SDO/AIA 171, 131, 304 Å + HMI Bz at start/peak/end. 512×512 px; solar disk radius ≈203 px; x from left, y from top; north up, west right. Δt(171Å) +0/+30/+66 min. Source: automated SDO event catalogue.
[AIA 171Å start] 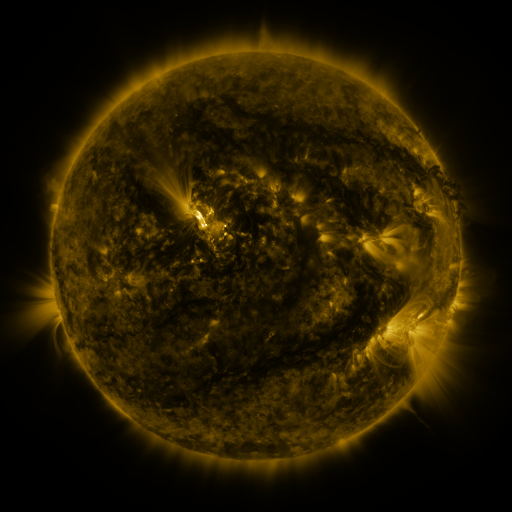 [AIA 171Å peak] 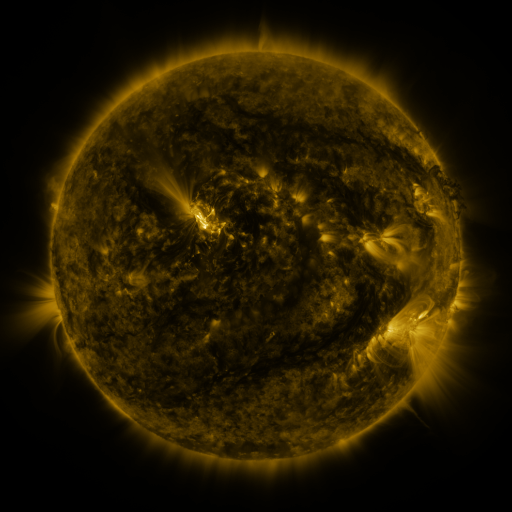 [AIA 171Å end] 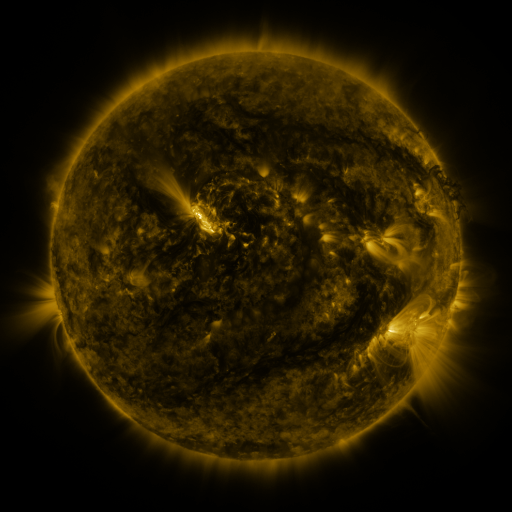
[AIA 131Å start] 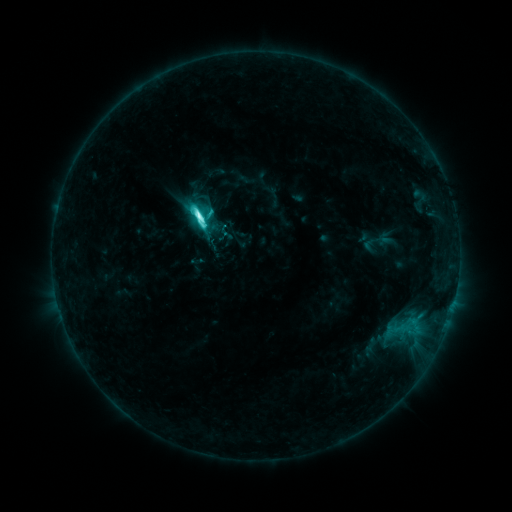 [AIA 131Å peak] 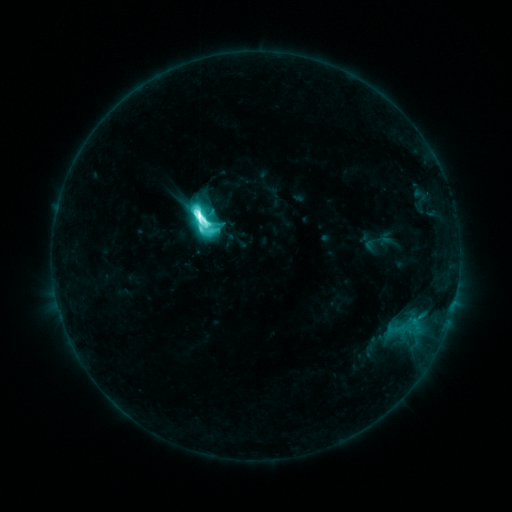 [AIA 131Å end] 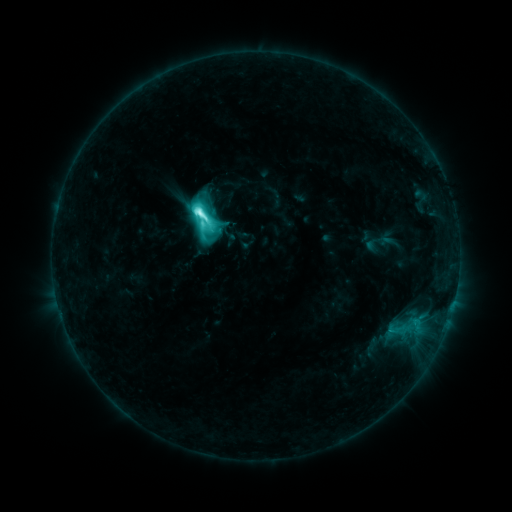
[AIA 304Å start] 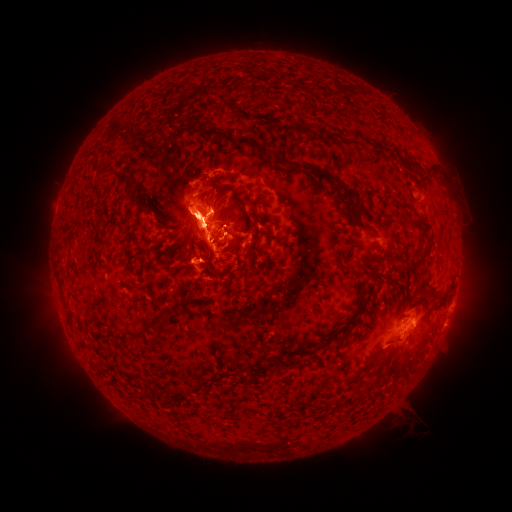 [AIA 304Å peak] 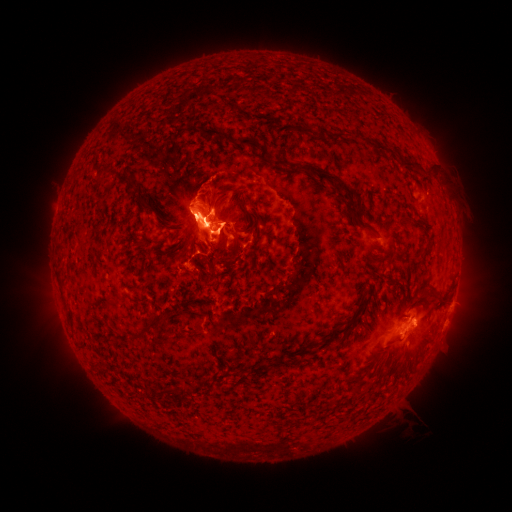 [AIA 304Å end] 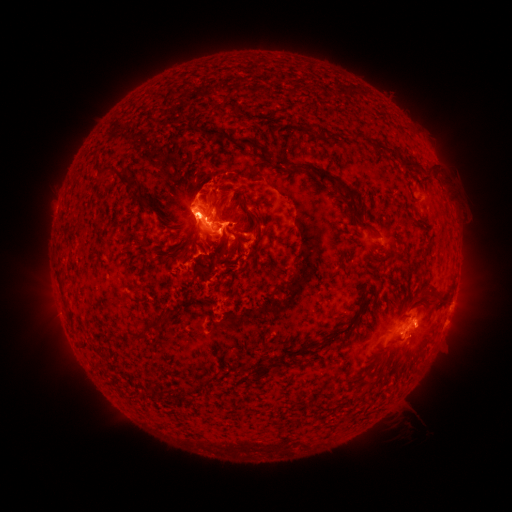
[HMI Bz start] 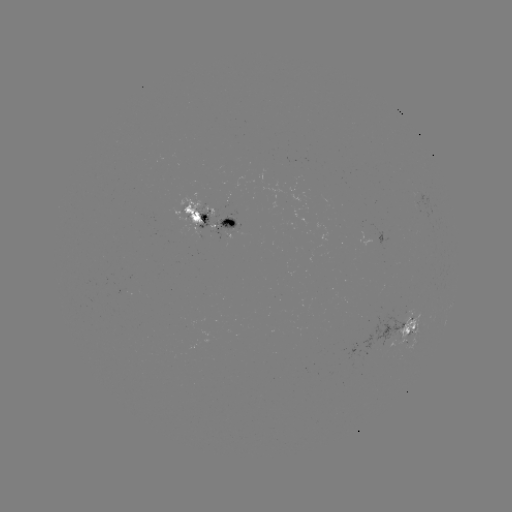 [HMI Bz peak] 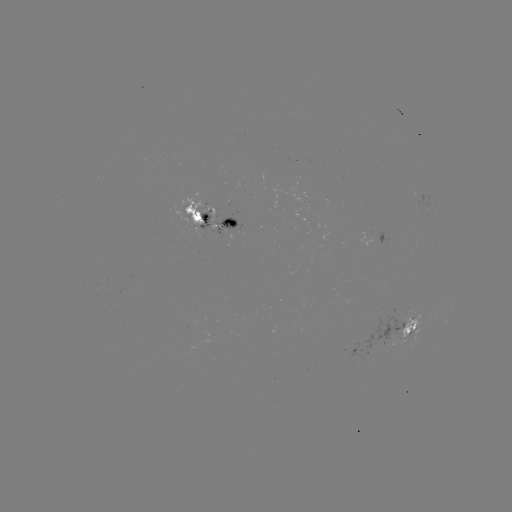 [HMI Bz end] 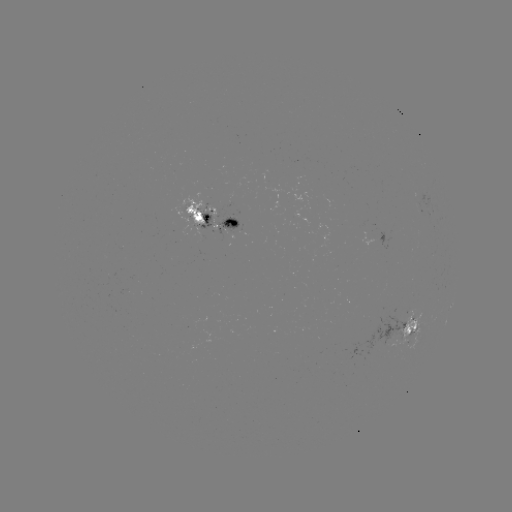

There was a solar flare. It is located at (200, 219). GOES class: M2.7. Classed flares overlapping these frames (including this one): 1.